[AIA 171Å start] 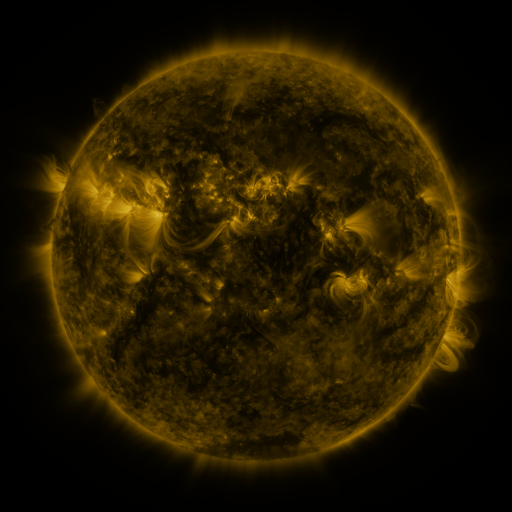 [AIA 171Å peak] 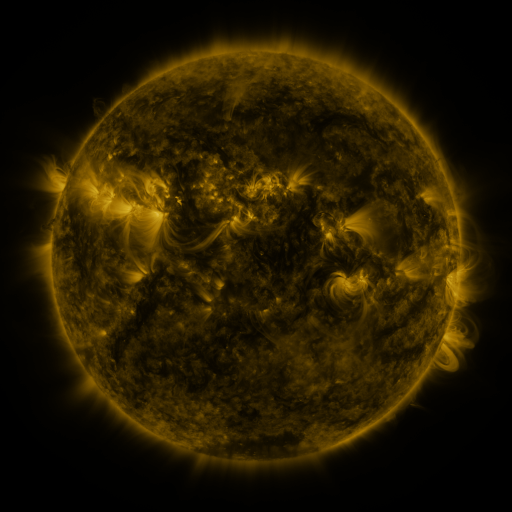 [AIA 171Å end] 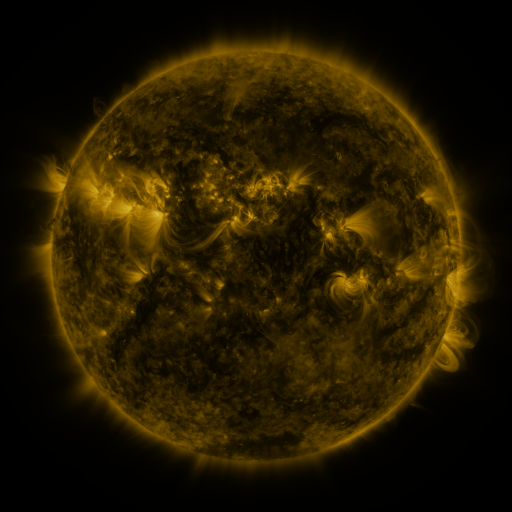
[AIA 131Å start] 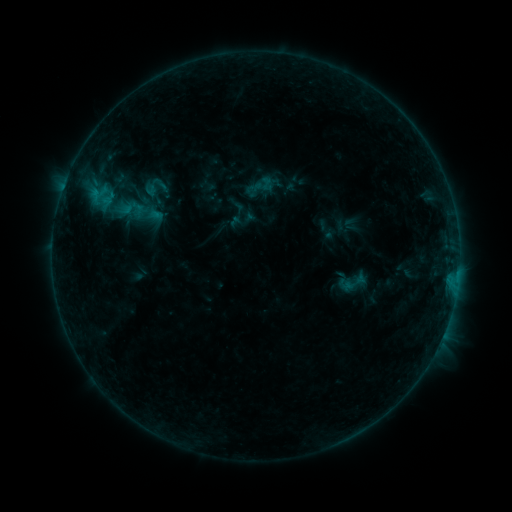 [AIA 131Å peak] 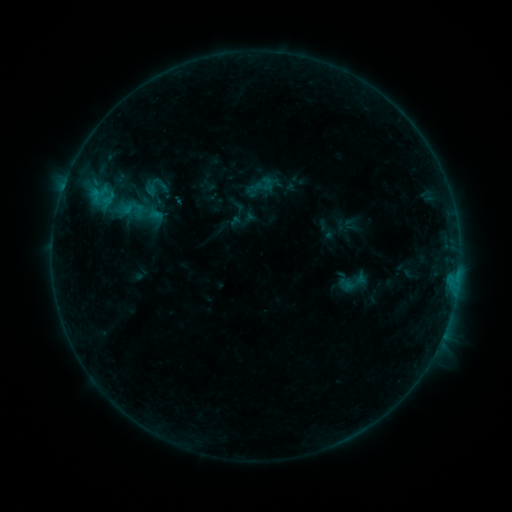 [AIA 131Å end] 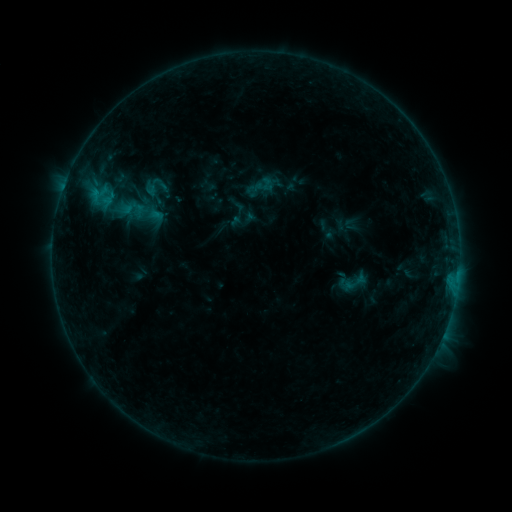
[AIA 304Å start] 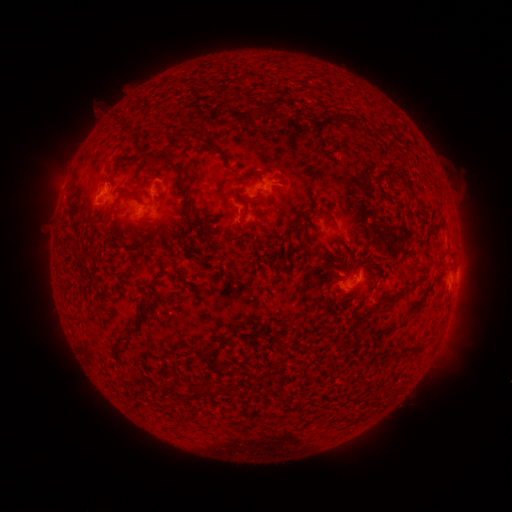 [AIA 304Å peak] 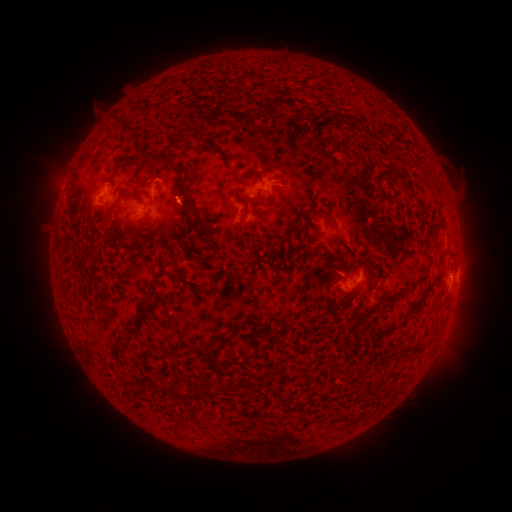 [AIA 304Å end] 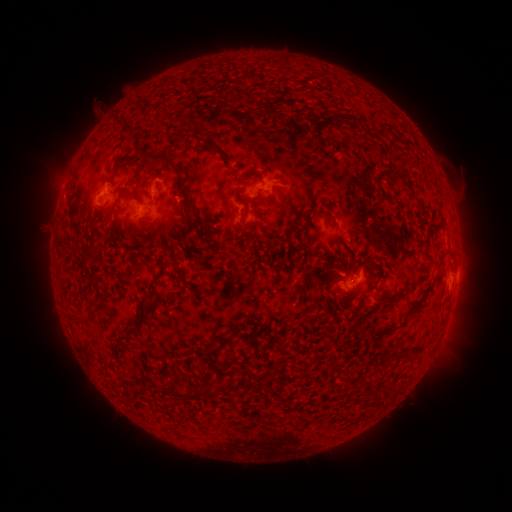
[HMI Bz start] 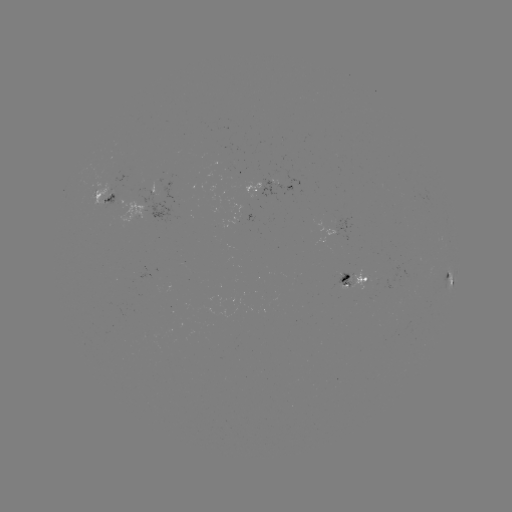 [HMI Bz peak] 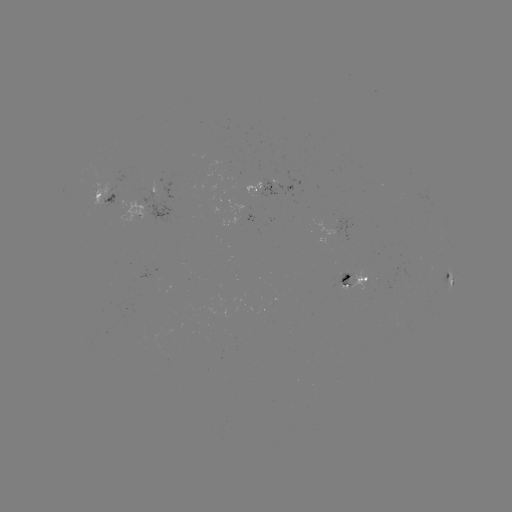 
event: eruption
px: (182, 197)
